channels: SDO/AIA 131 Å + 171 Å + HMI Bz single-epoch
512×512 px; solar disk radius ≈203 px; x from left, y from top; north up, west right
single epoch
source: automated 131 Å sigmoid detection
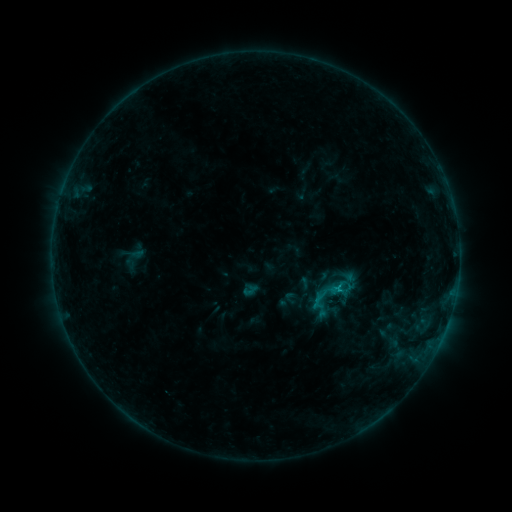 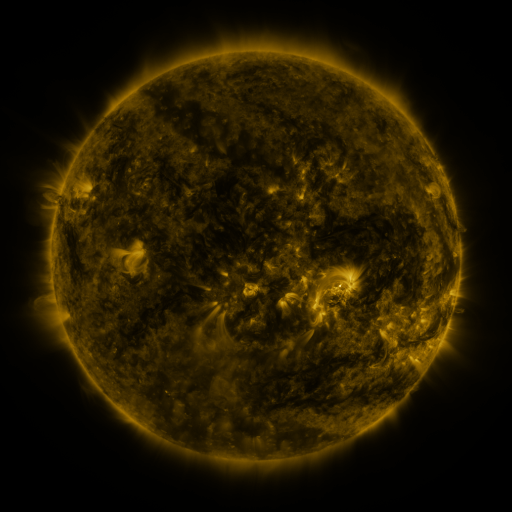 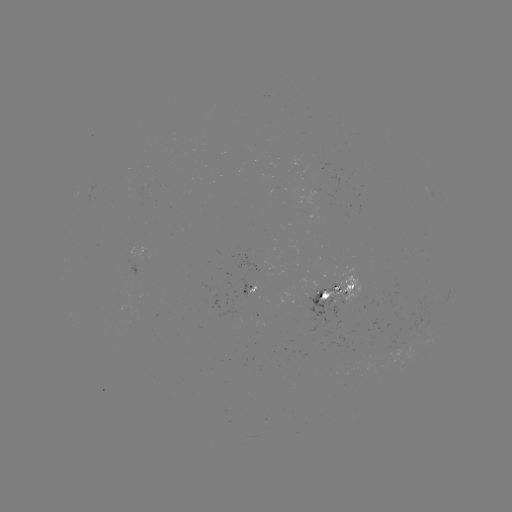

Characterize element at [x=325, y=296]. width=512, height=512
sigmoid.